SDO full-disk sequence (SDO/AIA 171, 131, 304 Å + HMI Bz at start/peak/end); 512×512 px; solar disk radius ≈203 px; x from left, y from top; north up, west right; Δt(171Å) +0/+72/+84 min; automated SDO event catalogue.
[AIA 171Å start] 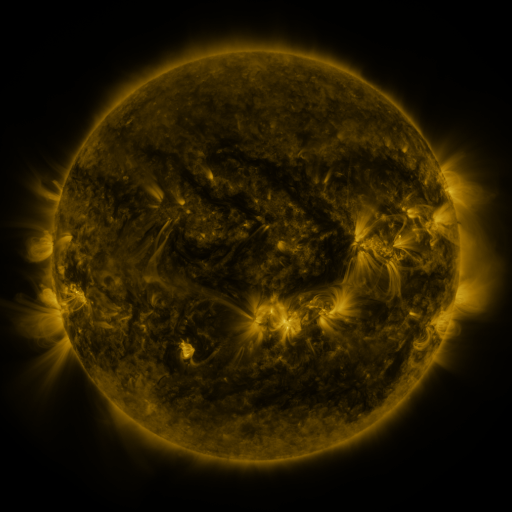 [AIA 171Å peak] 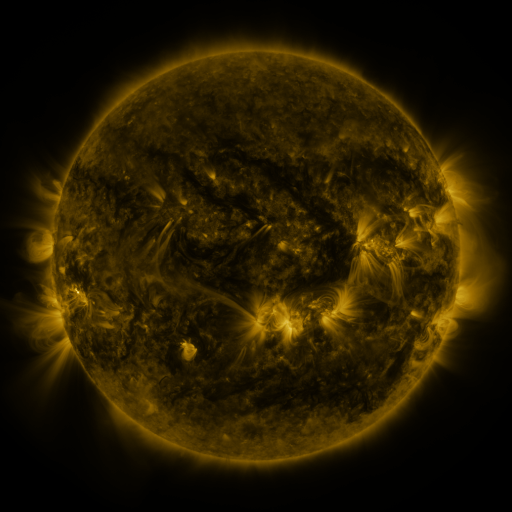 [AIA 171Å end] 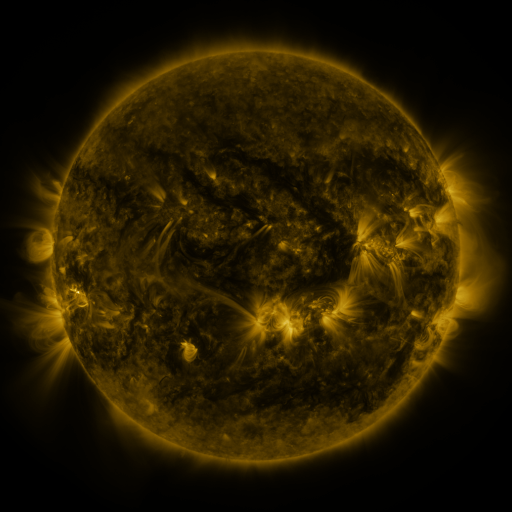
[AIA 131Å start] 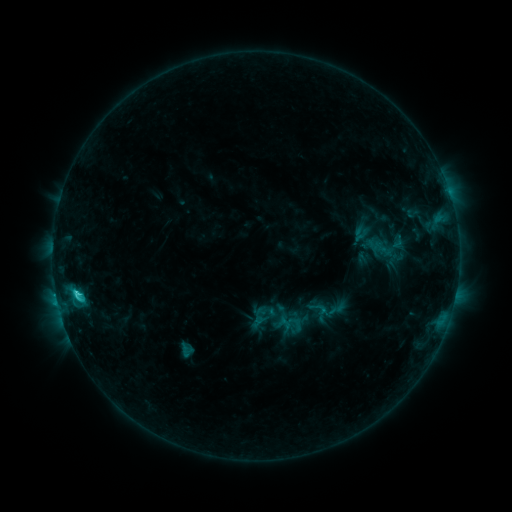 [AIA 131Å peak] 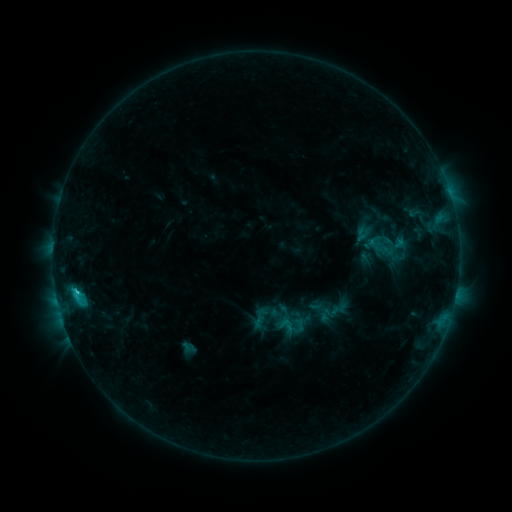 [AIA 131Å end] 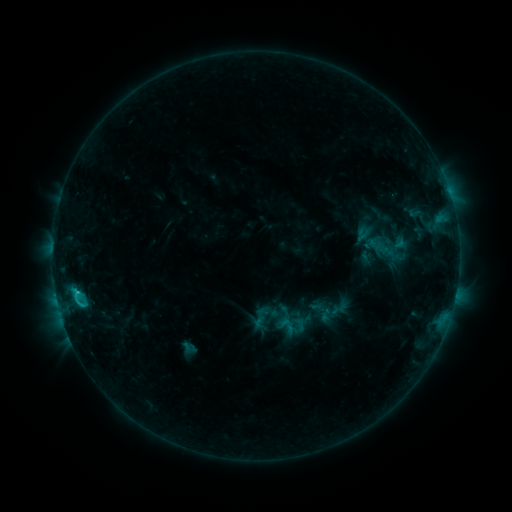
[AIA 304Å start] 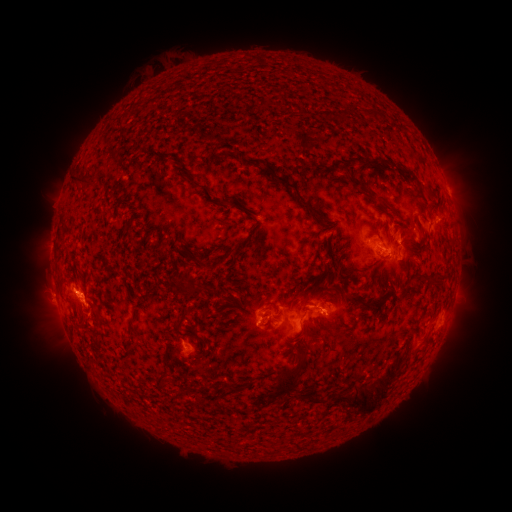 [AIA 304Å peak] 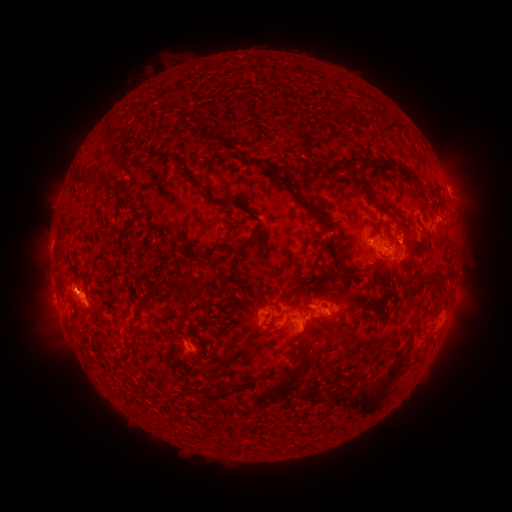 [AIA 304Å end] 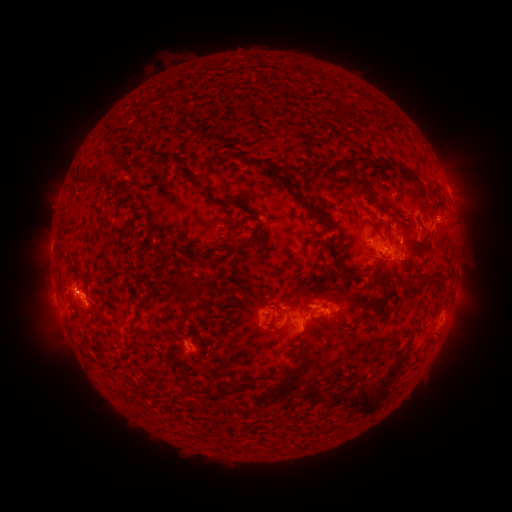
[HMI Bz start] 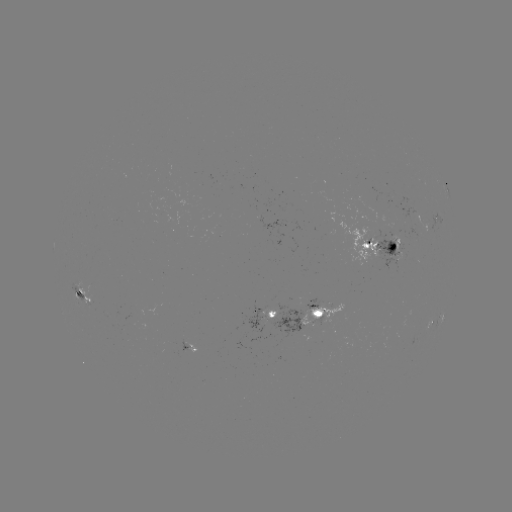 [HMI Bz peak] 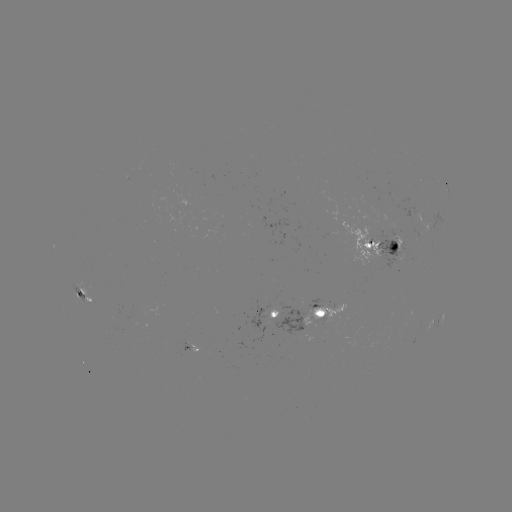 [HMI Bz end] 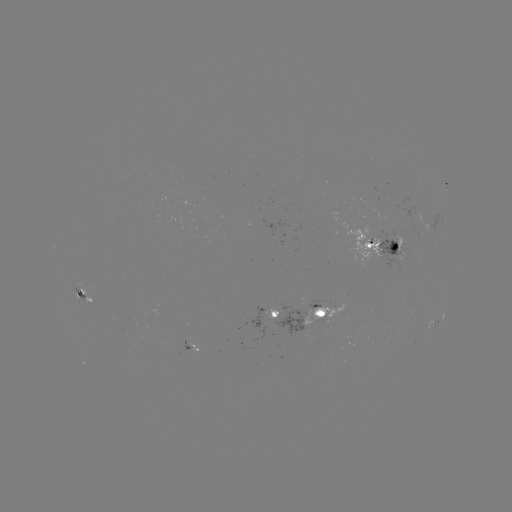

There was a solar emerging-flux region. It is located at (271, 317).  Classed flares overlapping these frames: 1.